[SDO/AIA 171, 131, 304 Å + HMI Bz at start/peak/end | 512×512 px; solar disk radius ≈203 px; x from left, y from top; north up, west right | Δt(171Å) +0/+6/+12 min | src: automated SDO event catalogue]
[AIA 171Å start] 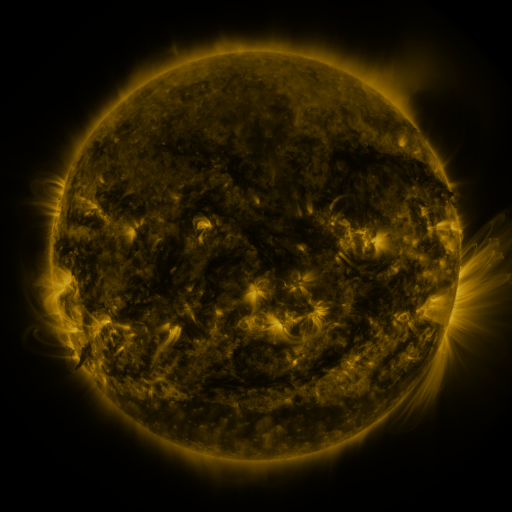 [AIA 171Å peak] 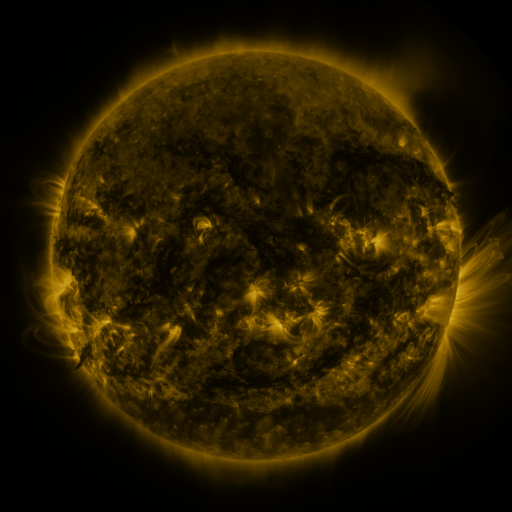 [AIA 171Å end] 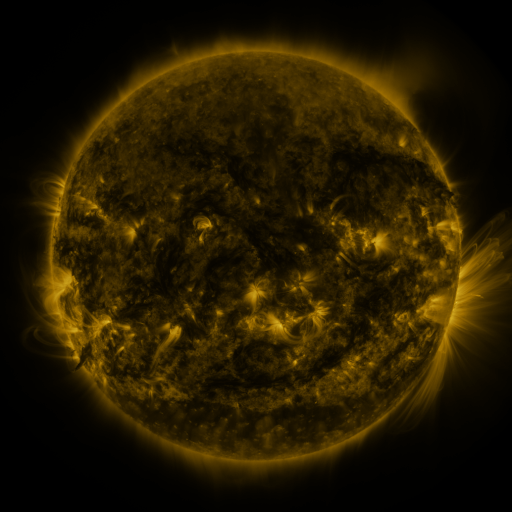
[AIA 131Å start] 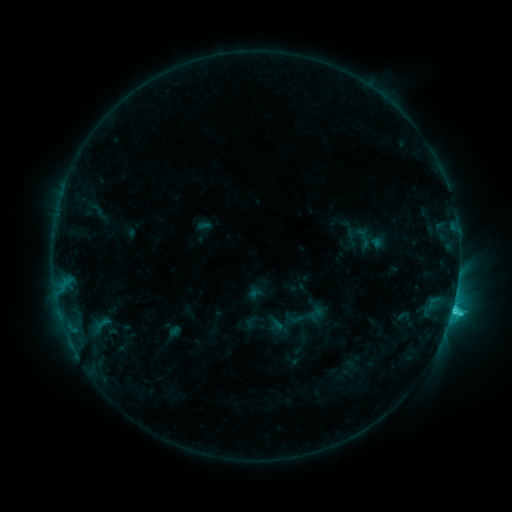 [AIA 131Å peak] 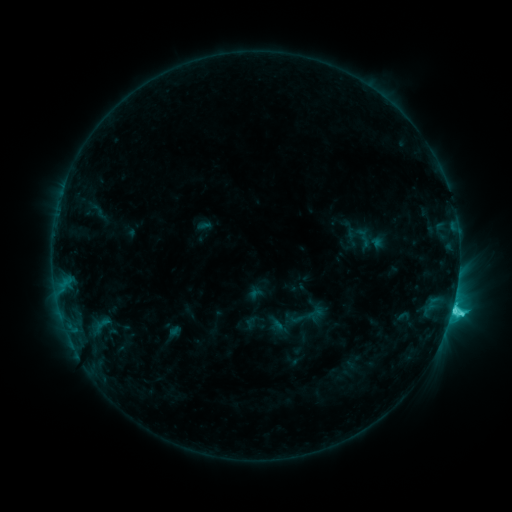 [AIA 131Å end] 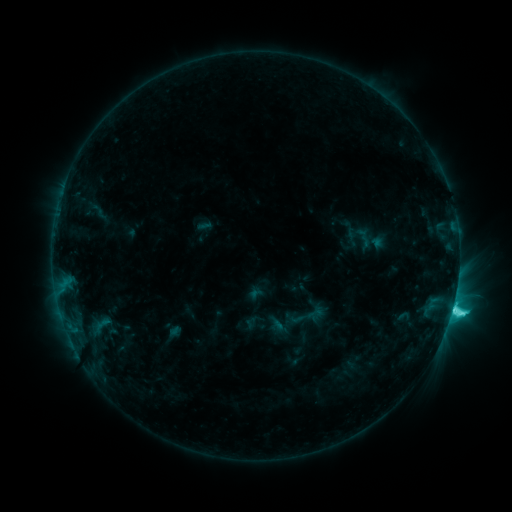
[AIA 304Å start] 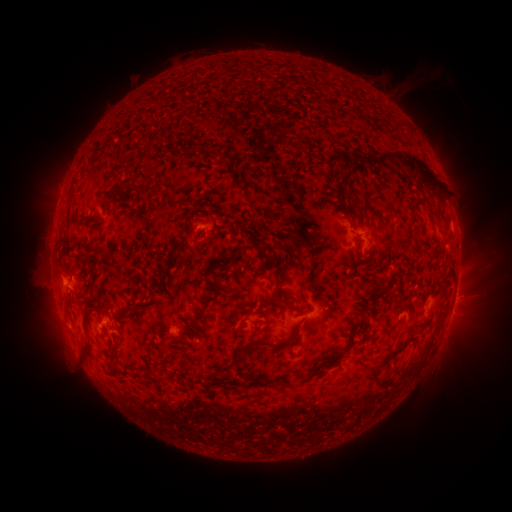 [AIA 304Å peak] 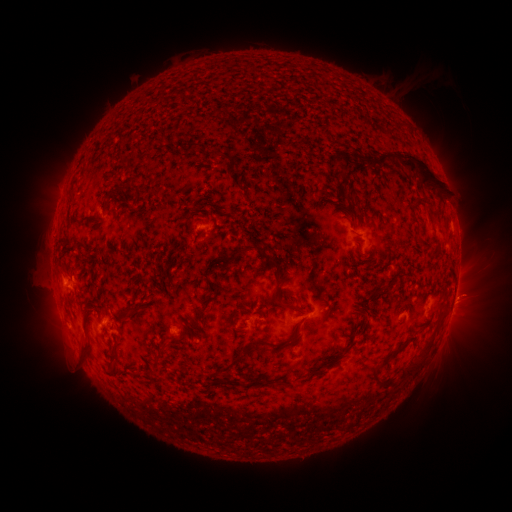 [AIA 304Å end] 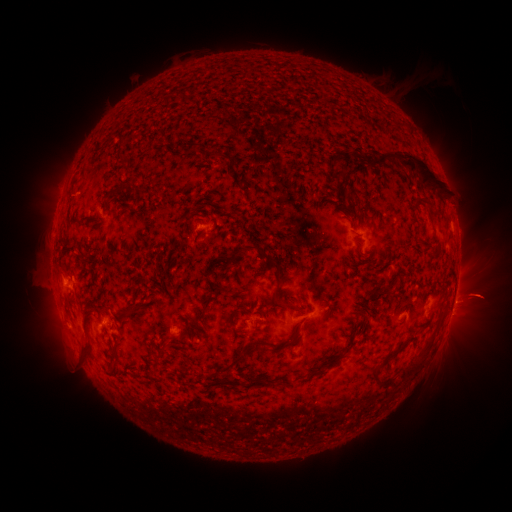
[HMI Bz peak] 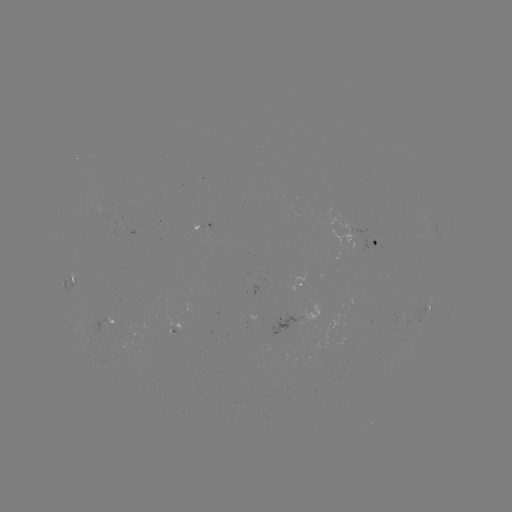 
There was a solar eruption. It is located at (471, 345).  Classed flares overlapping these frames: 1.